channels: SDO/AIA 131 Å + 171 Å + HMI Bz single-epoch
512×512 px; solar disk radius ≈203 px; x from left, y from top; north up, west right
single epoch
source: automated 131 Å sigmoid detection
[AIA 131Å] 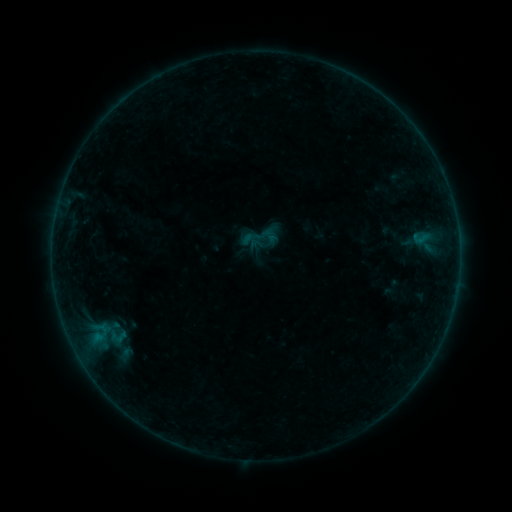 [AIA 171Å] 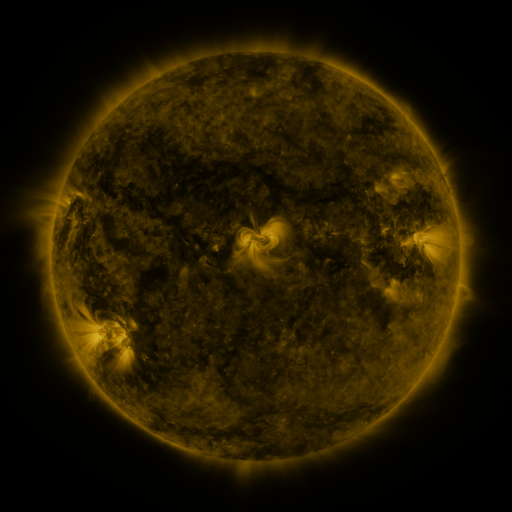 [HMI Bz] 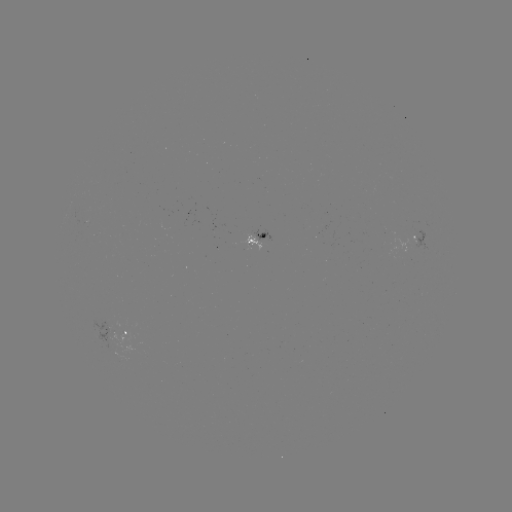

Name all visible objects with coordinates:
sigmoid: (254, 239)
